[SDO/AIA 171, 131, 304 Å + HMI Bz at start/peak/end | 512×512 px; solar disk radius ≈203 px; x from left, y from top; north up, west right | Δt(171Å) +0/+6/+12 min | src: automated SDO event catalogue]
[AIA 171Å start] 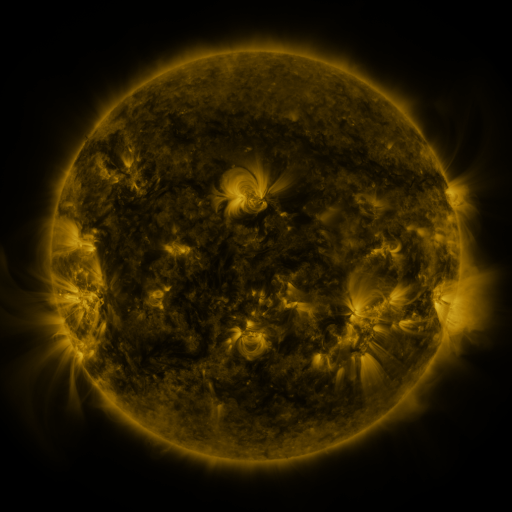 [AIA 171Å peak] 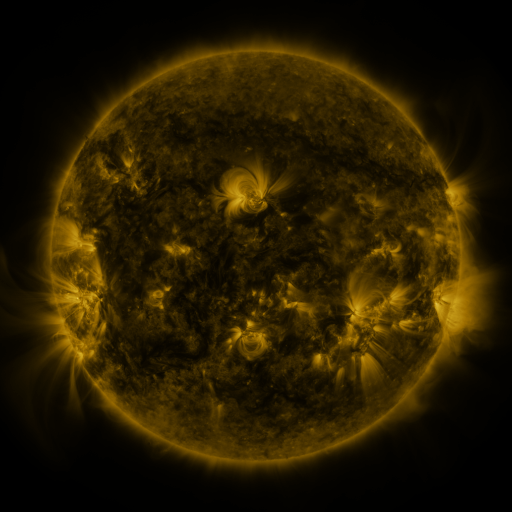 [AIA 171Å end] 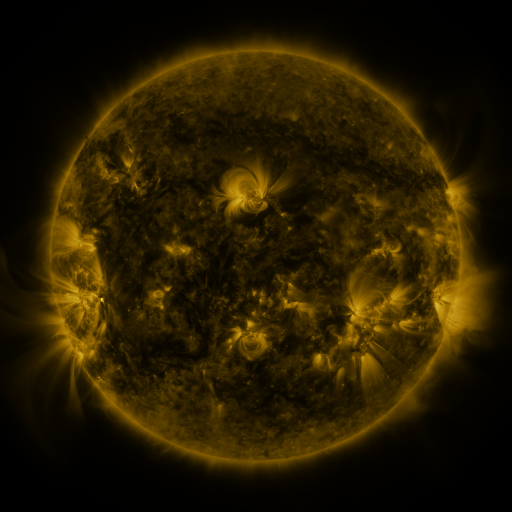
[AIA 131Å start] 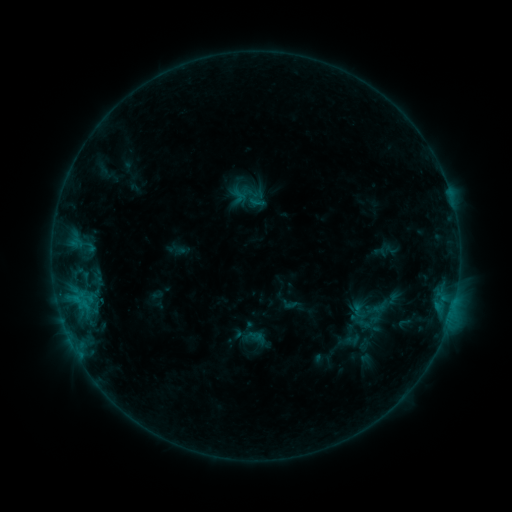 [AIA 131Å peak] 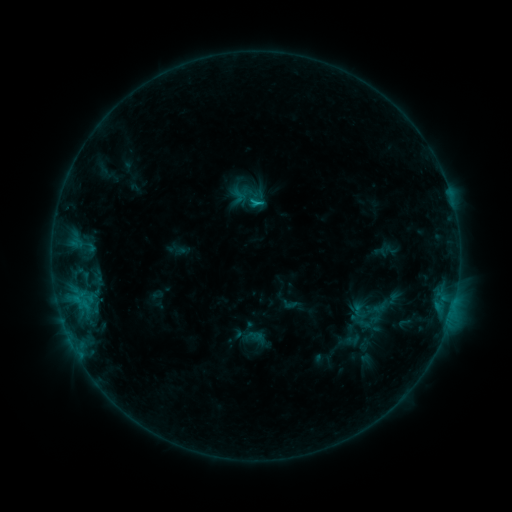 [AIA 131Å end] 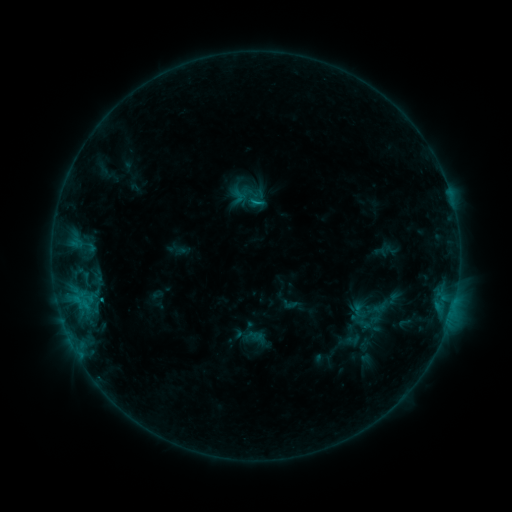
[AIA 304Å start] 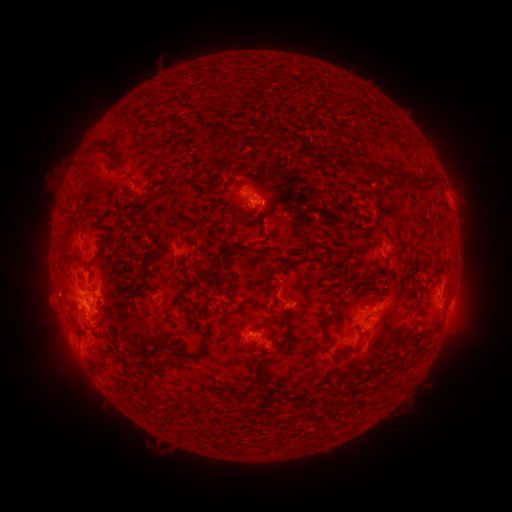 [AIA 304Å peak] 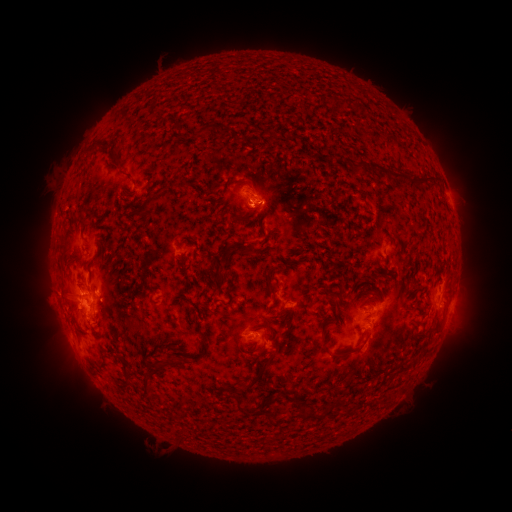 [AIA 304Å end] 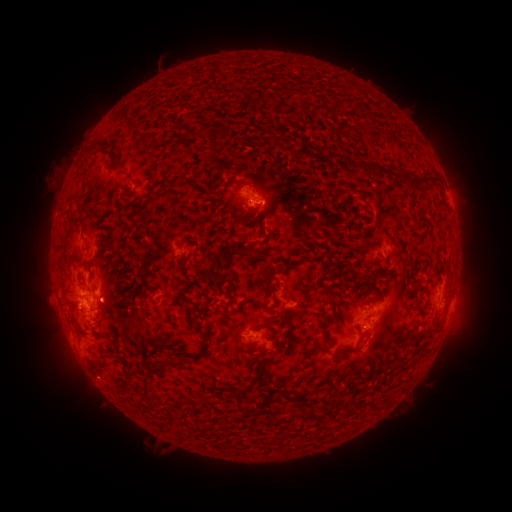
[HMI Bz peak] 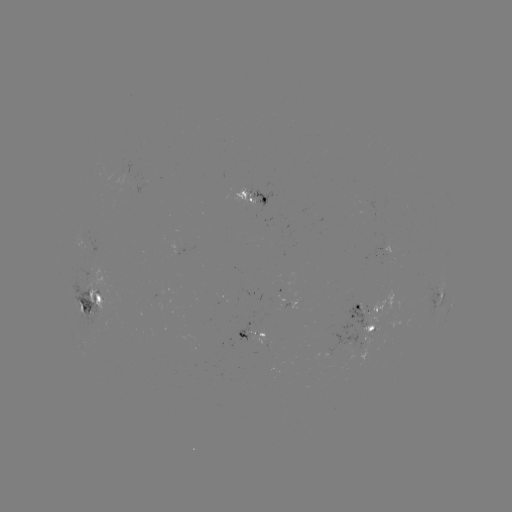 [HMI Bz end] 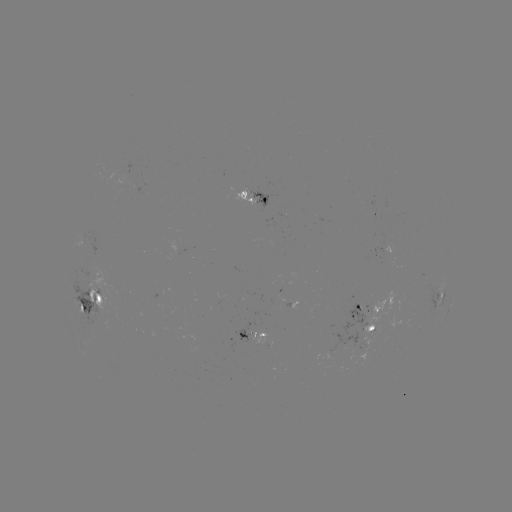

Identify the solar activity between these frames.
B9.7 flare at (256, 206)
